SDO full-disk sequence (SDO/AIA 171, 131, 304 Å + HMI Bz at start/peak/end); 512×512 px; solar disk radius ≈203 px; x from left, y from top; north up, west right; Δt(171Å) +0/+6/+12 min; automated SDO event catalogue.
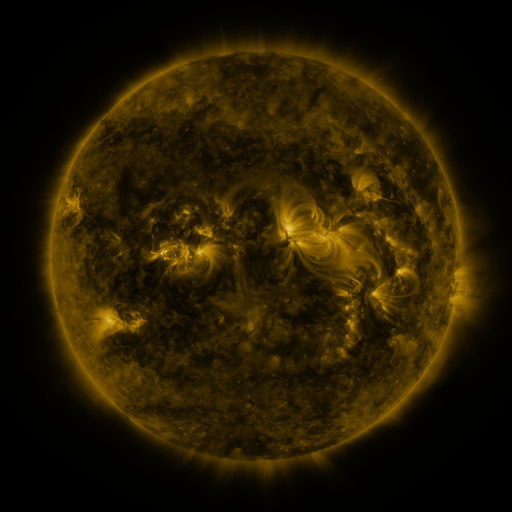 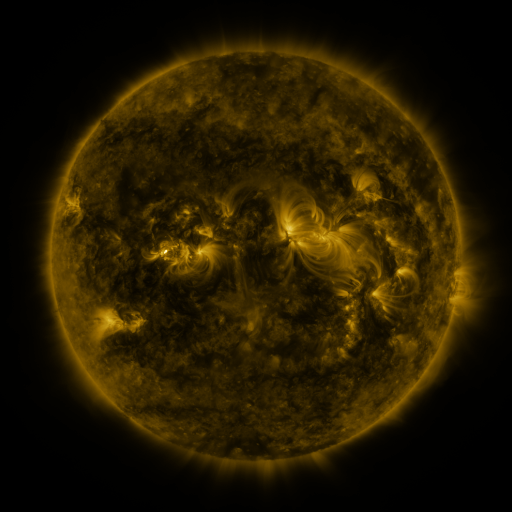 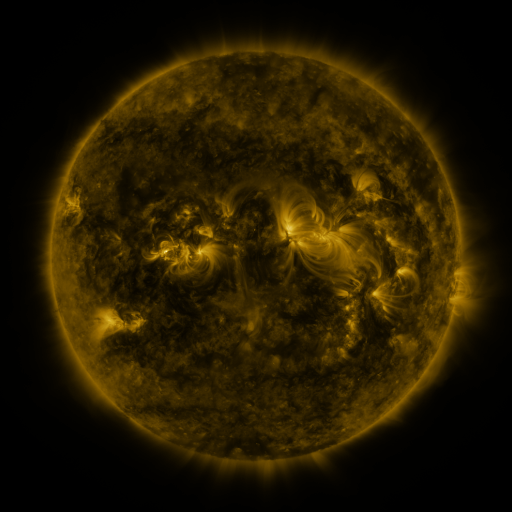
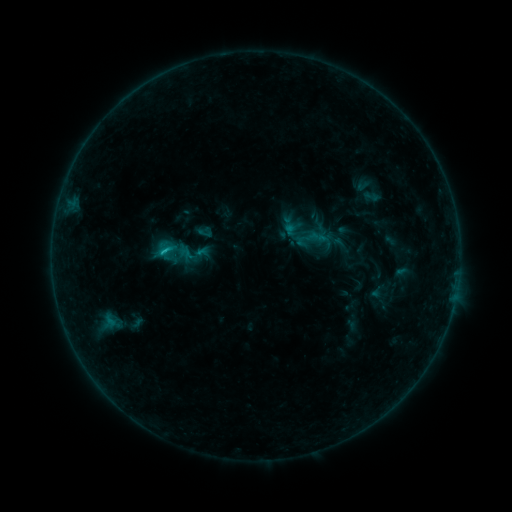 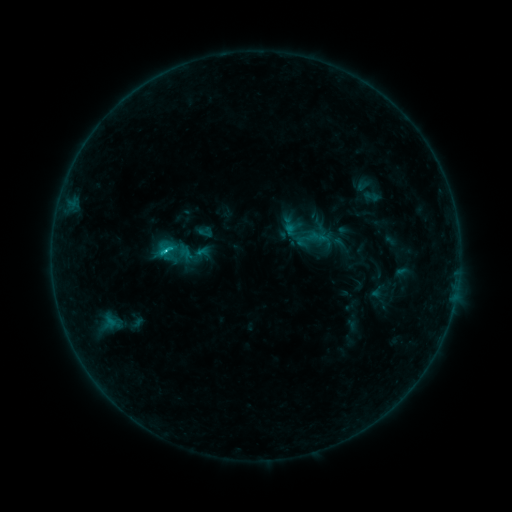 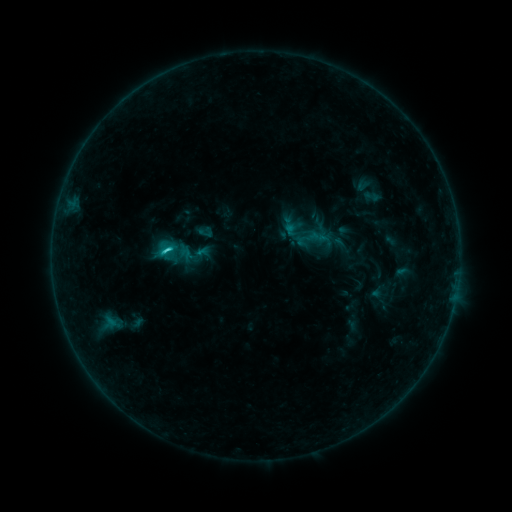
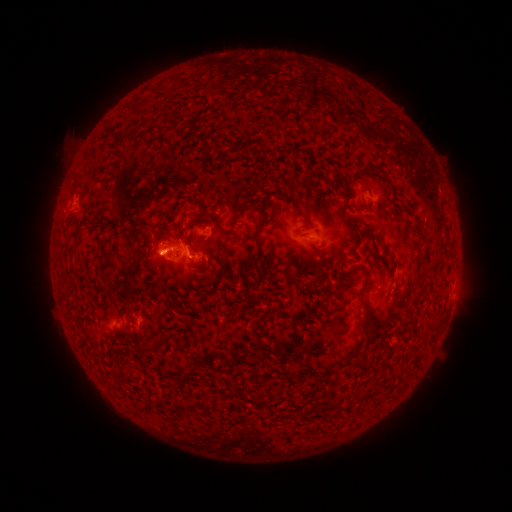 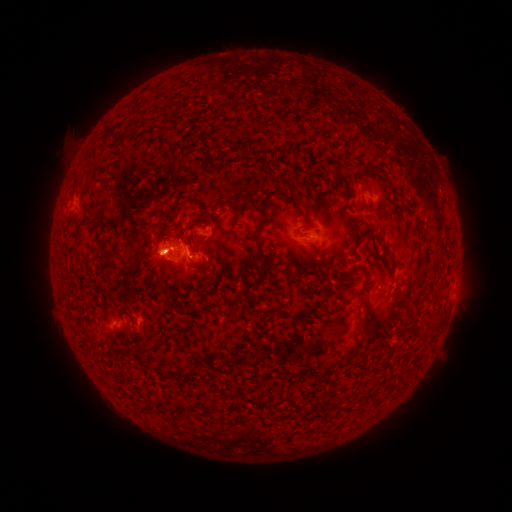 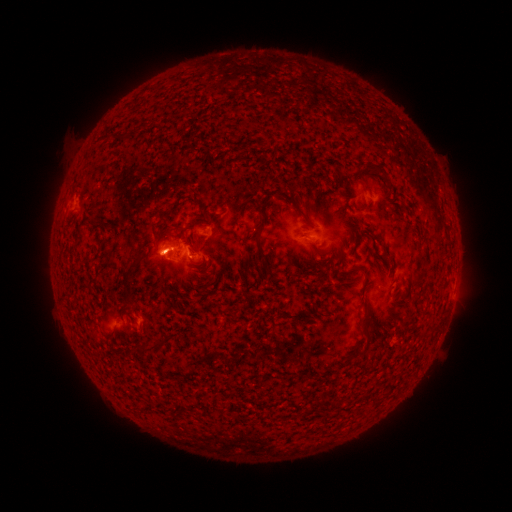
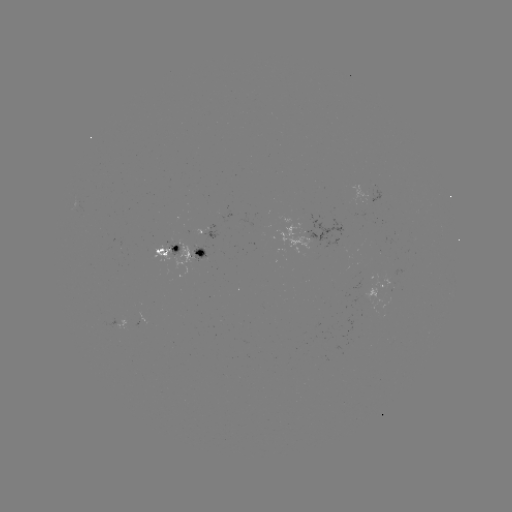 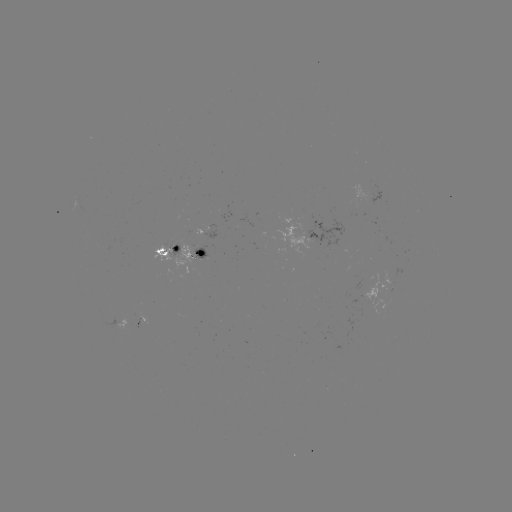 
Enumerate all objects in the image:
C2.0 flare: (166, 252)
